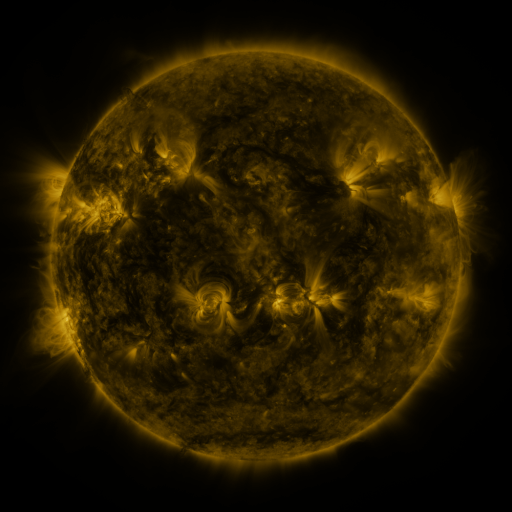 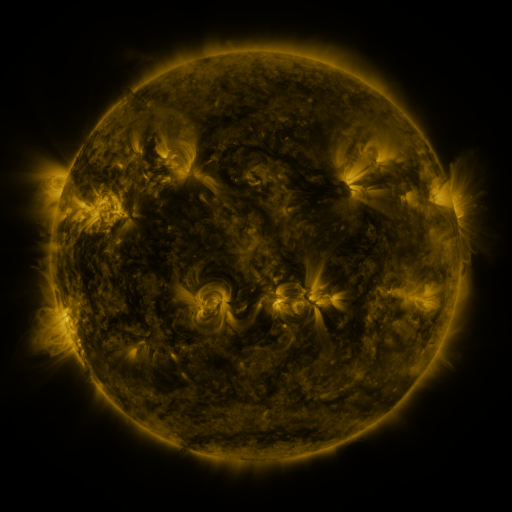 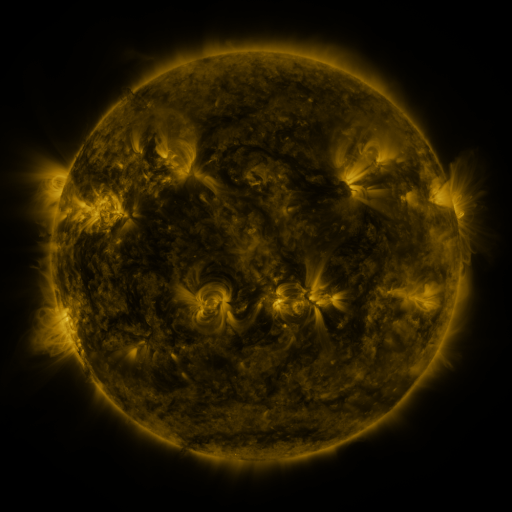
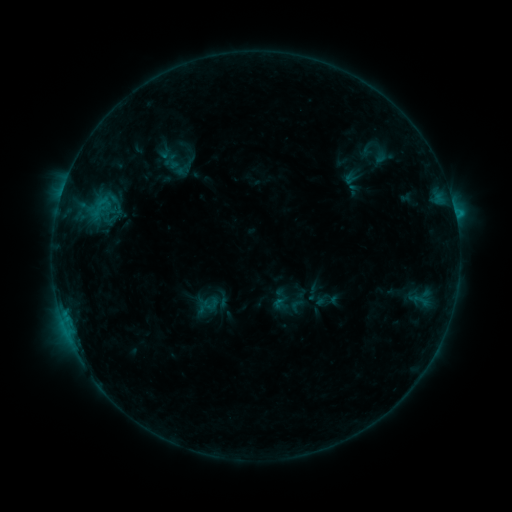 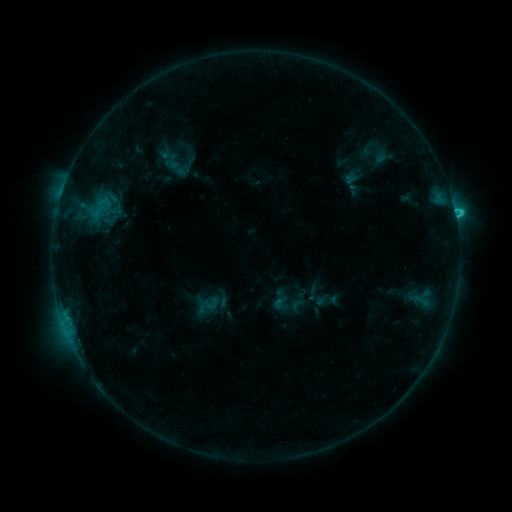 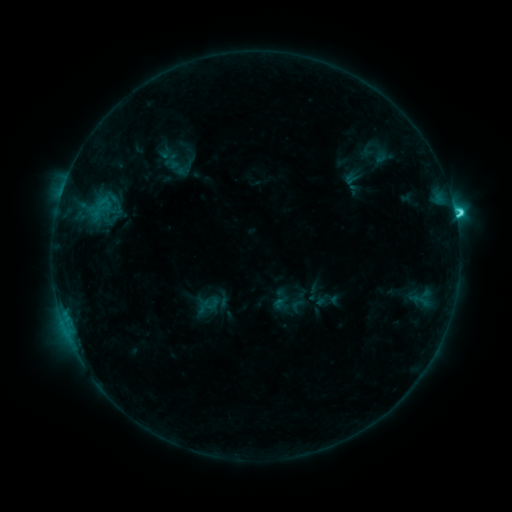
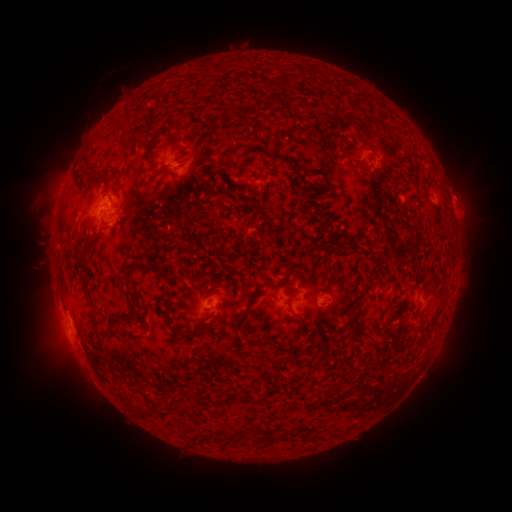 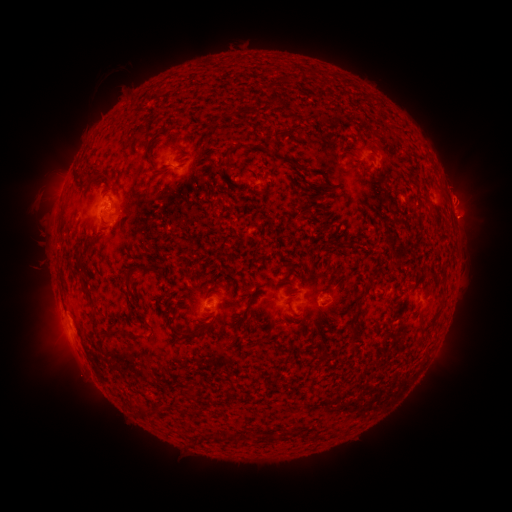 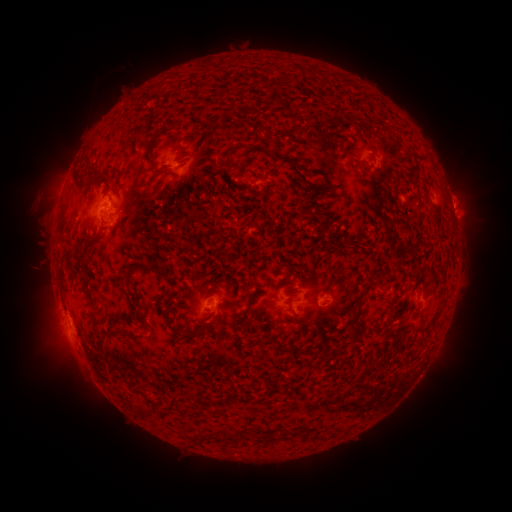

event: eruption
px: (462, 177)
